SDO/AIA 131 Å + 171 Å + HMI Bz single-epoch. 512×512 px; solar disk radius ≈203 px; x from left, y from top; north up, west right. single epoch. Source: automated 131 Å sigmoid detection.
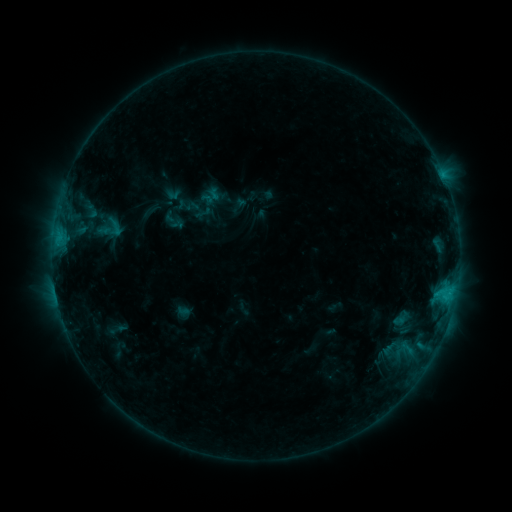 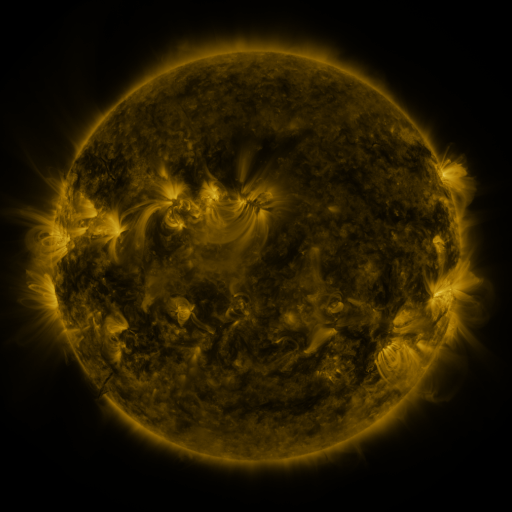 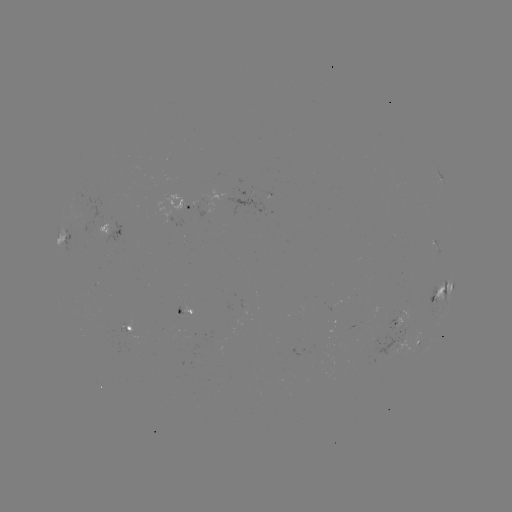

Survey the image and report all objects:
sigmoid: (109, 228)
